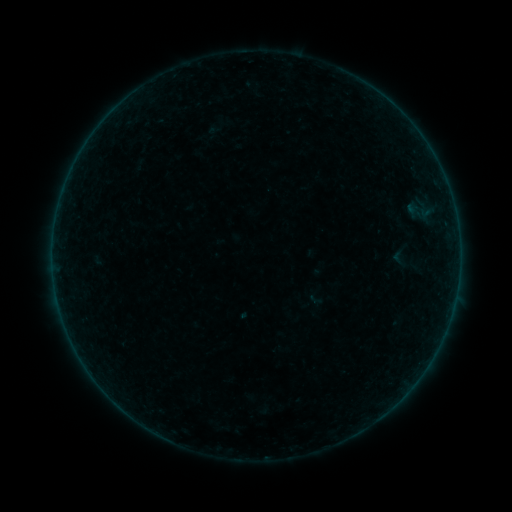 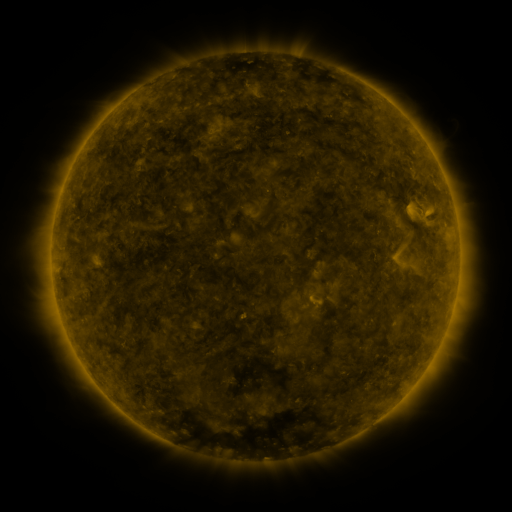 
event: sigmoid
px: (398, 257)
